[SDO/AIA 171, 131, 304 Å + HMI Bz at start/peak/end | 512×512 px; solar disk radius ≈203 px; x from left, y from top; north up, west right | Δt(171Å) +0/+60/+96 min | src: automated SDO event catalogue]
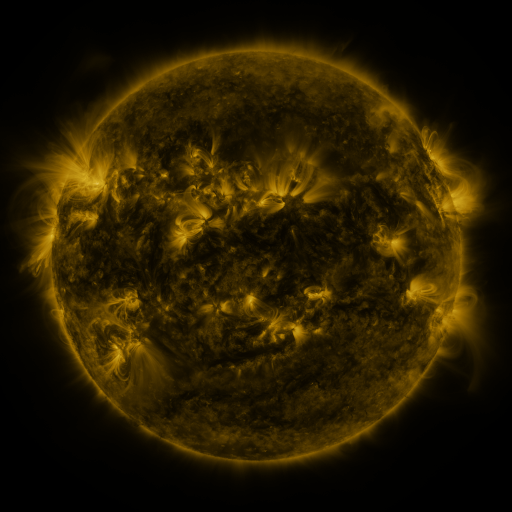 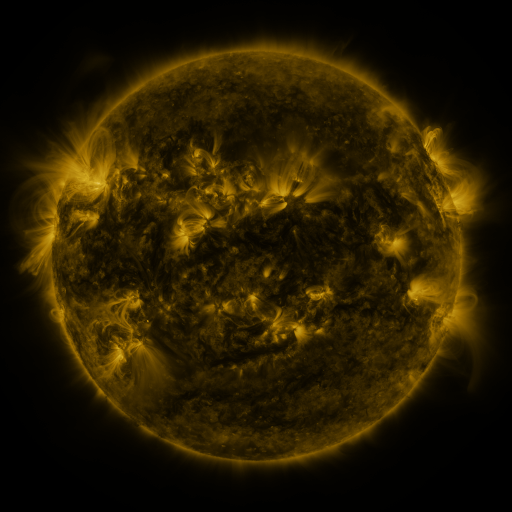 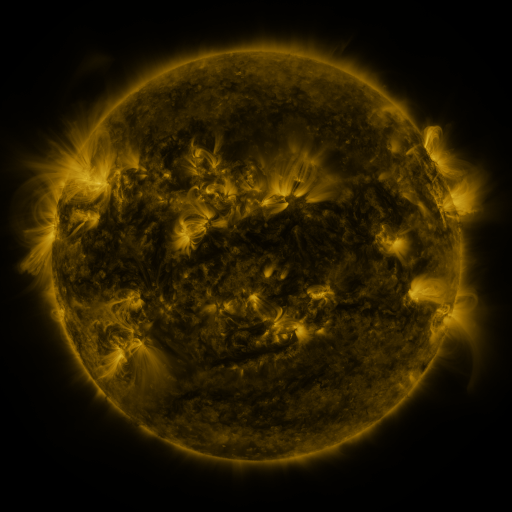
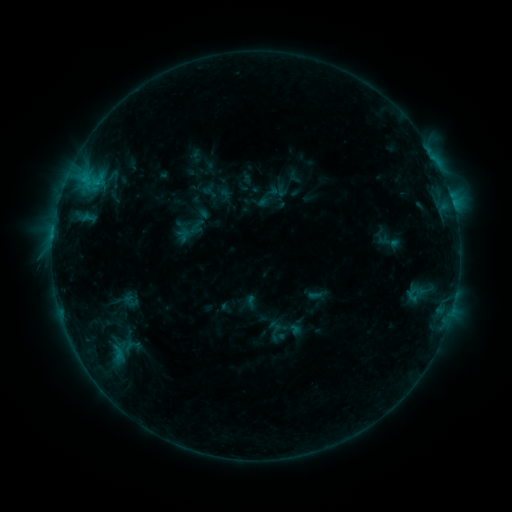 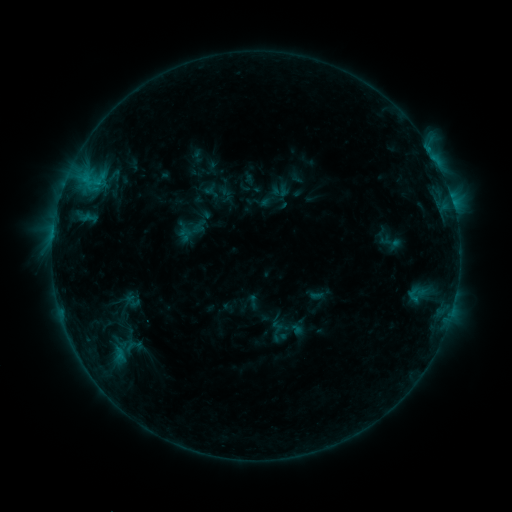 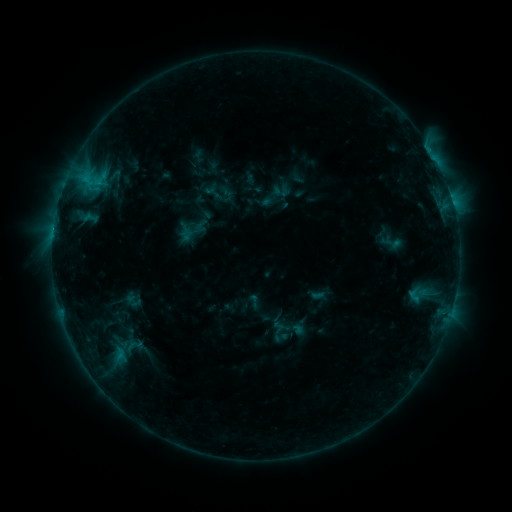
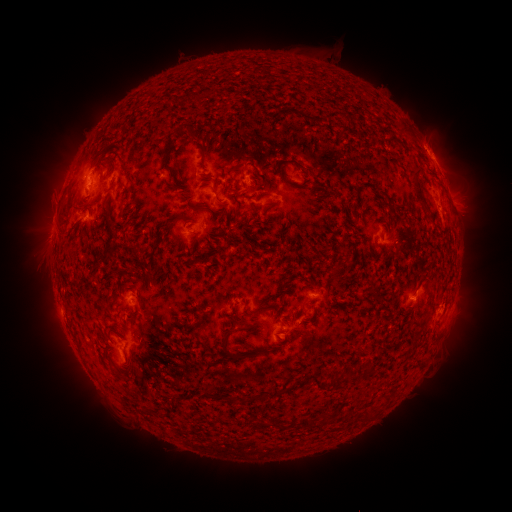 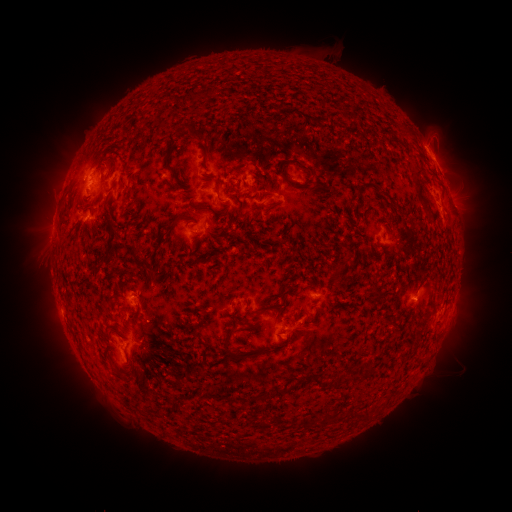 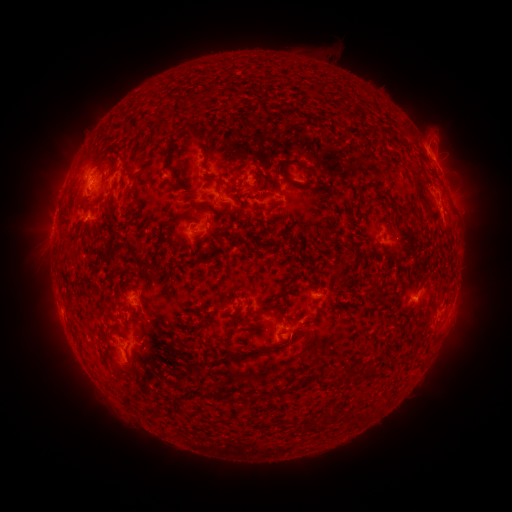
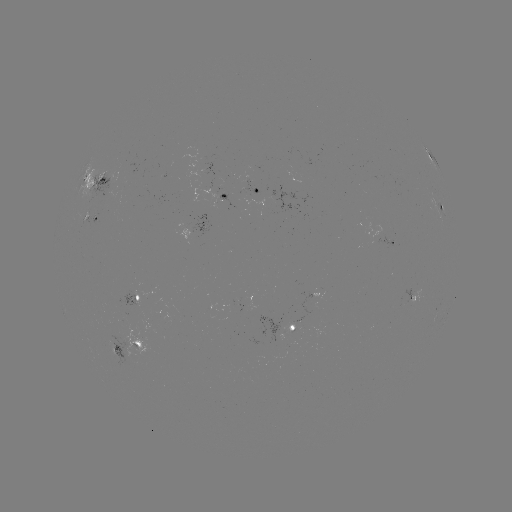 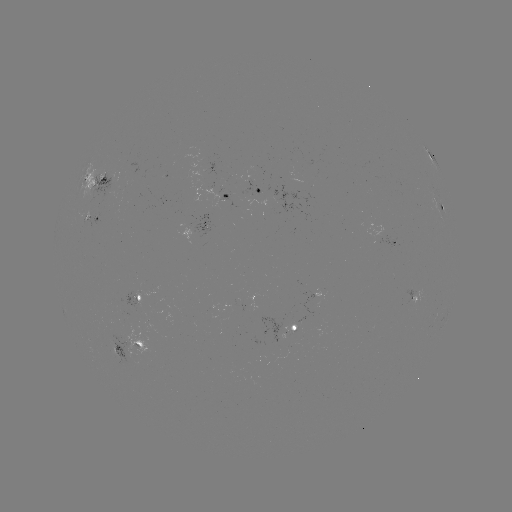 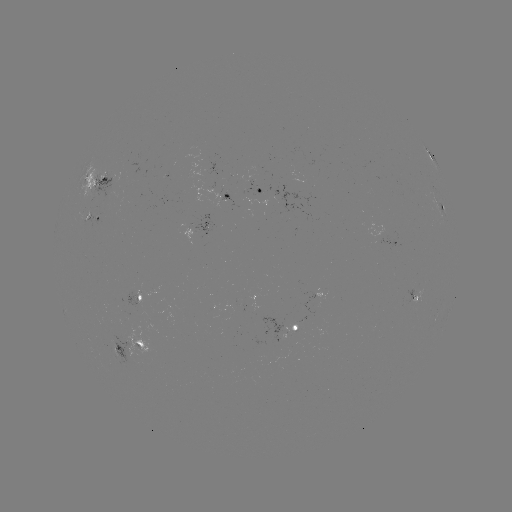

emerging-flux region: (93, 173, 114, 198)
